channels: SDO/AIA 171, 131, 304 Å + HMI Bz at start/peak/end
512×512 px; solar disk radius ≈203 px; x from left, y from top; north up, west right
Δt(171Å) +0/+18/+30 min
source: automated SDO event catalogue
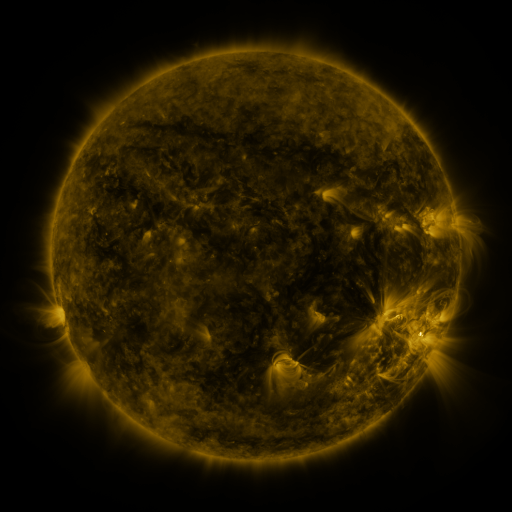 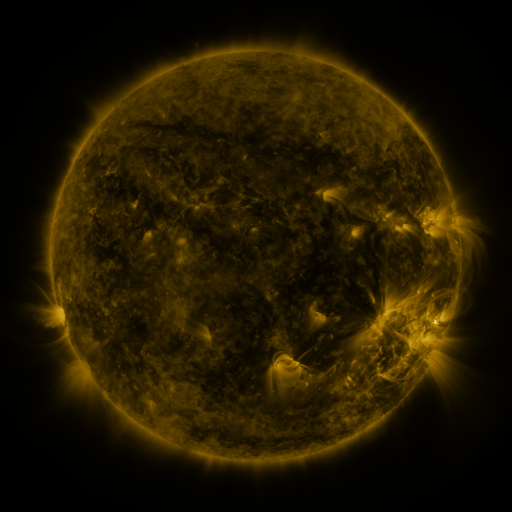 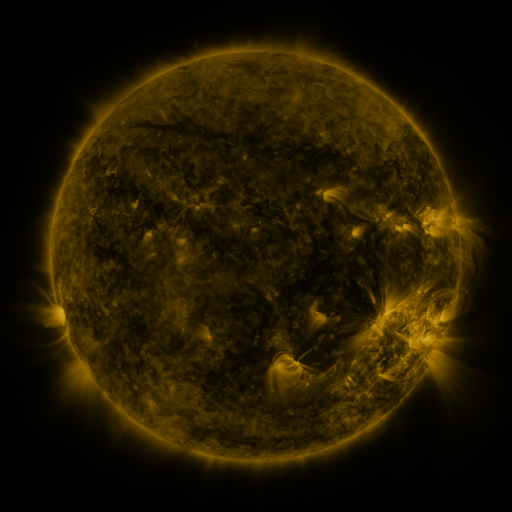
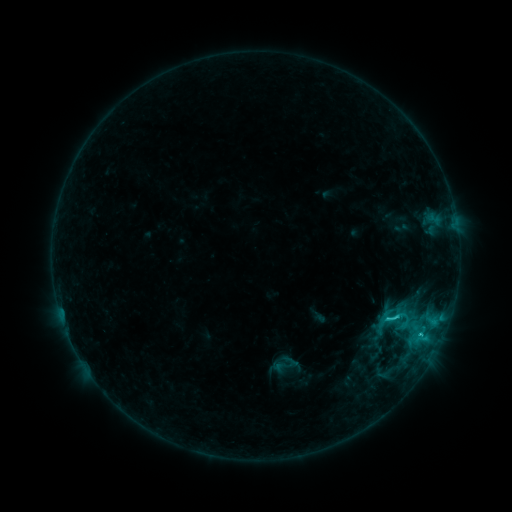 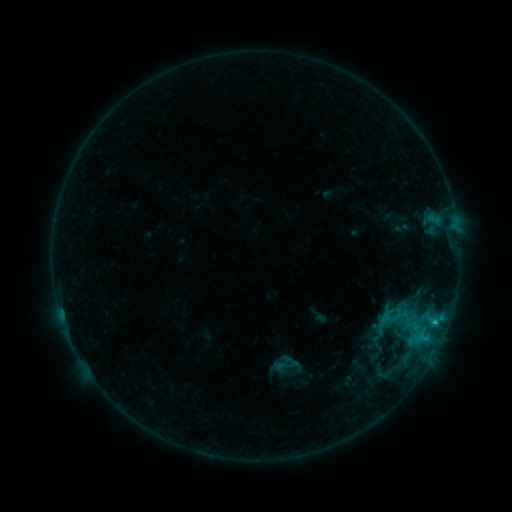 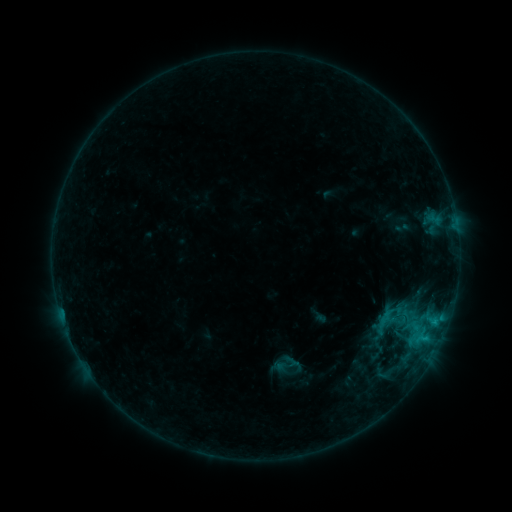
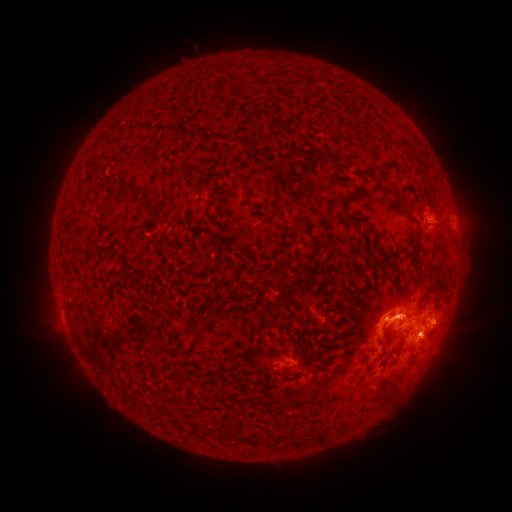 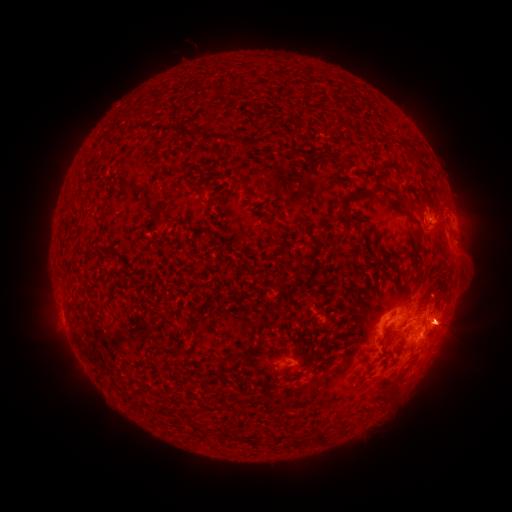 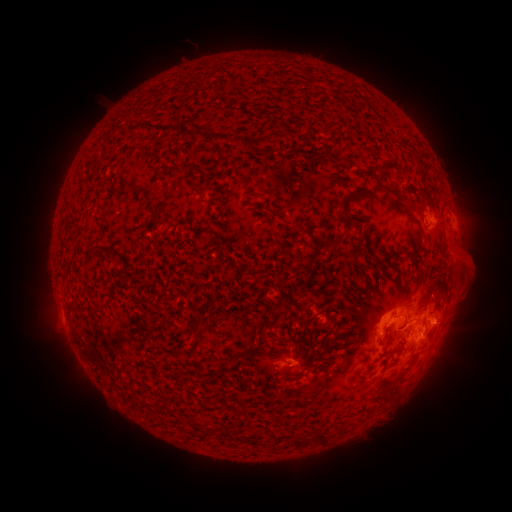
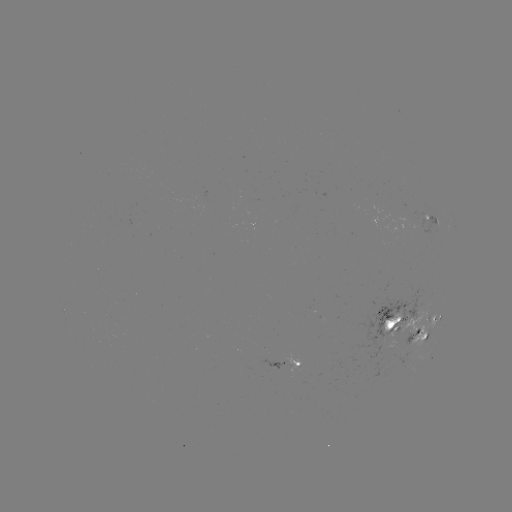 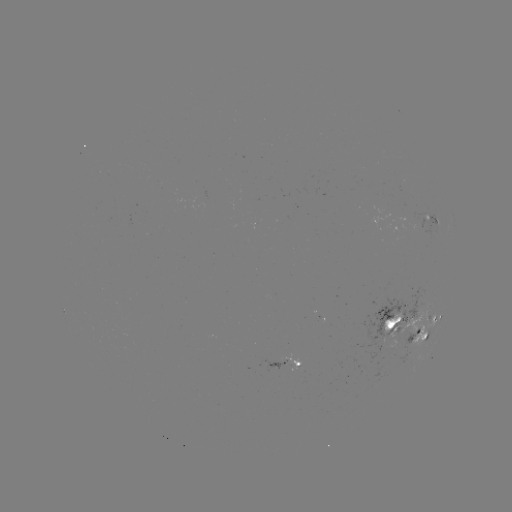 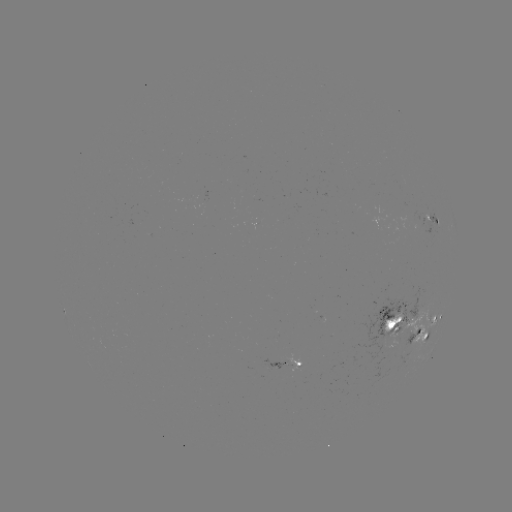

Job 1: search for eruption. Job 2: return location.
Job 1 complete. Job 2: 468,265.